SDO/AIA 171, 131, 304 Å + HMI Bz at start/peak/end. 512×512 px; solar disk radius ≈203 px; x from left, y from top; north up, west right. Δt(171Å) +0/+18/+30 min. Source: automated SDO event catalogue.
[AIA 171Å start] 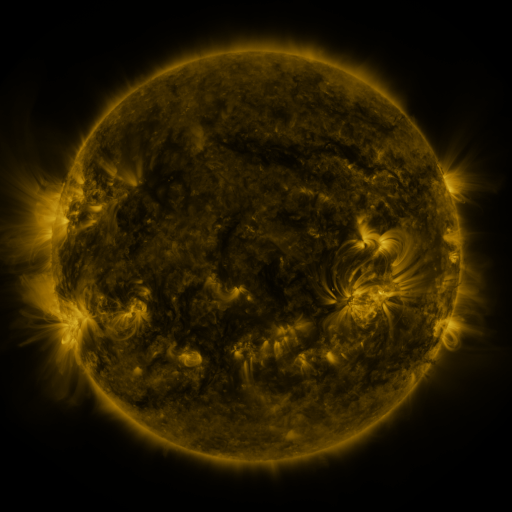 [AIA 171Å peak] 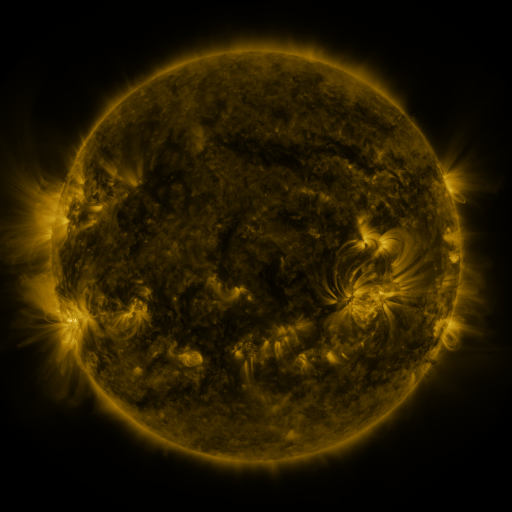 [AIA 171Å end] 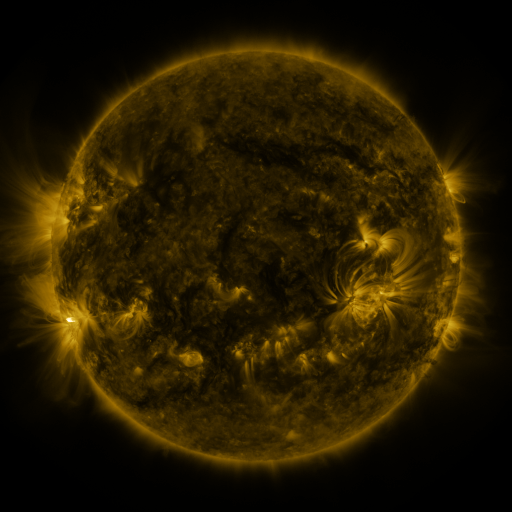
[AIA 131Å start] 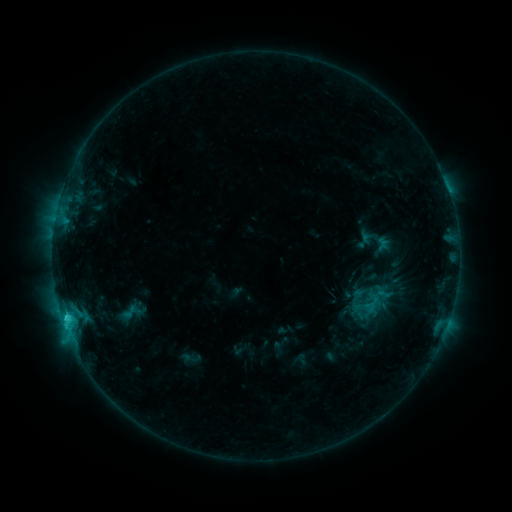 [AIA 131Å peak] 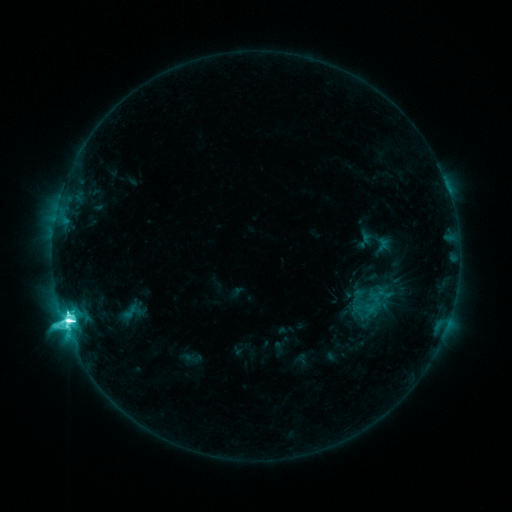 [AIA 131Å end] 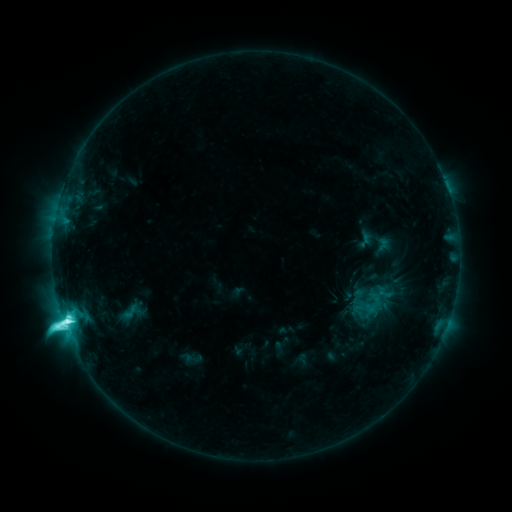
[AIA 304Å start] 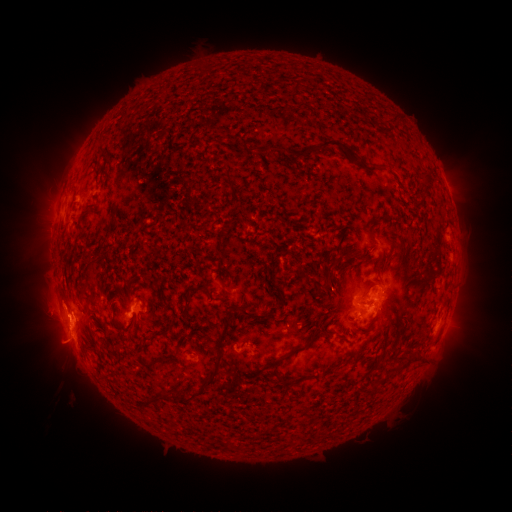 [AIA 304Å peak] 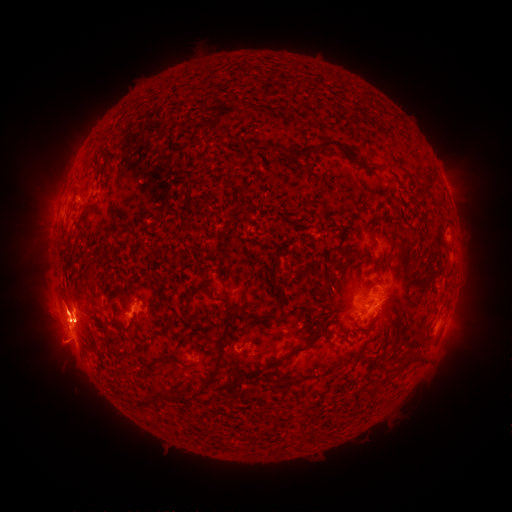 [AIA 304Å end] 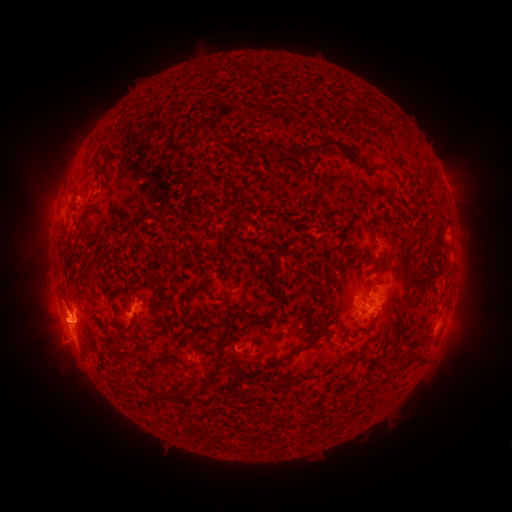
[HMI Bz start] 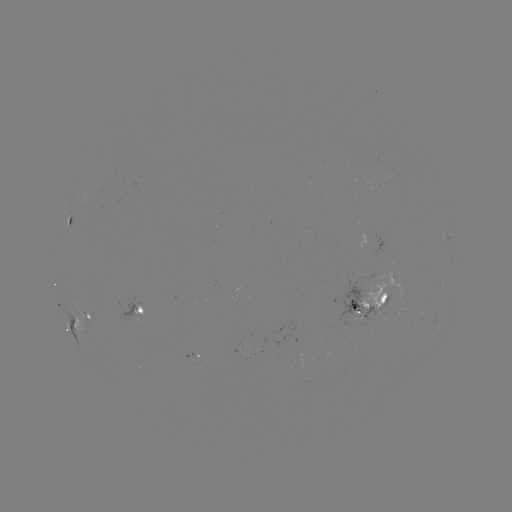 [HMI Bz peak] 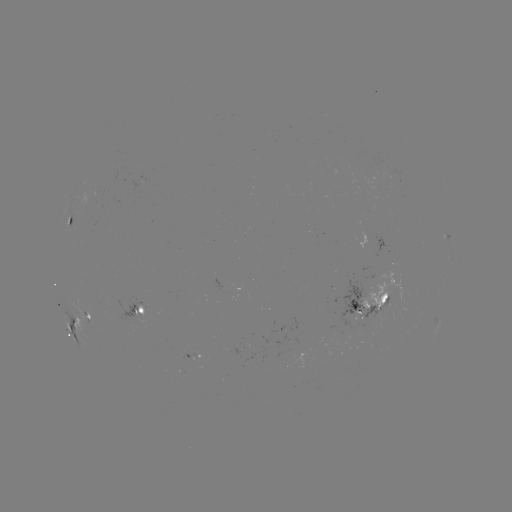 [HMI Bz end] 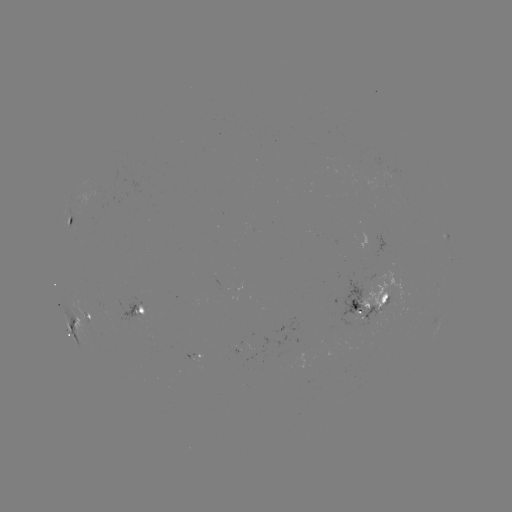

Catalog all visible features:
M2.4 flare: (69, 318)
